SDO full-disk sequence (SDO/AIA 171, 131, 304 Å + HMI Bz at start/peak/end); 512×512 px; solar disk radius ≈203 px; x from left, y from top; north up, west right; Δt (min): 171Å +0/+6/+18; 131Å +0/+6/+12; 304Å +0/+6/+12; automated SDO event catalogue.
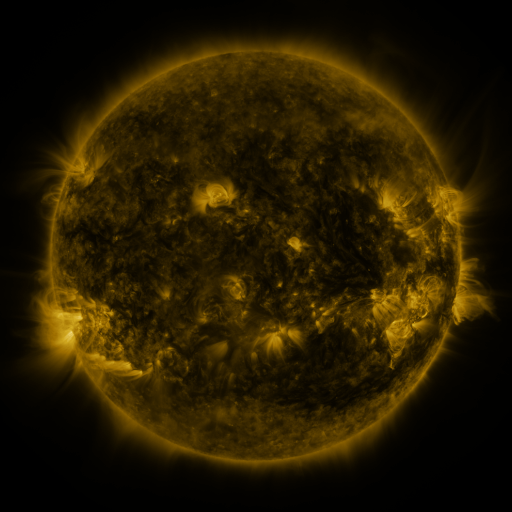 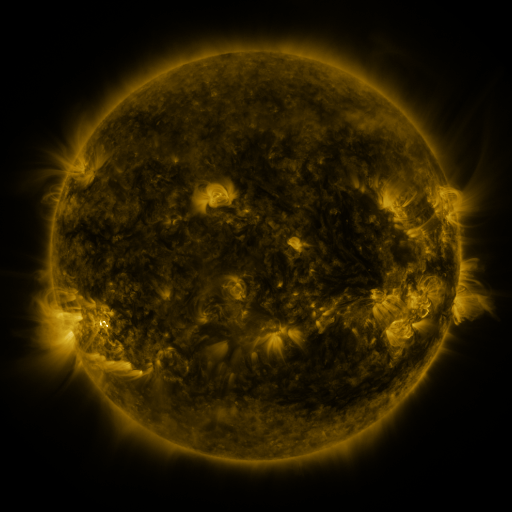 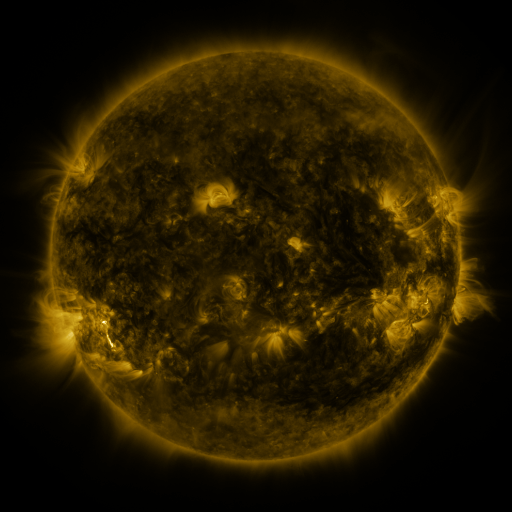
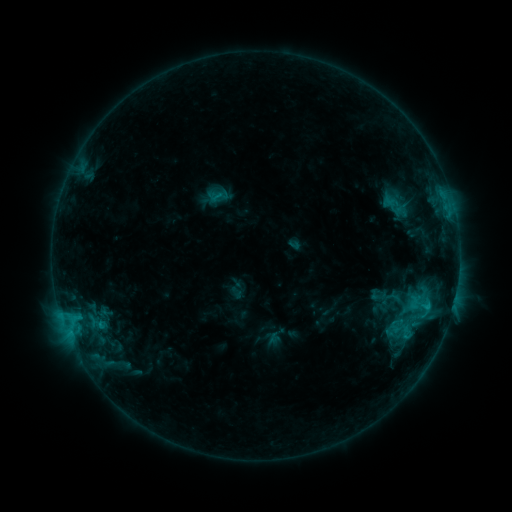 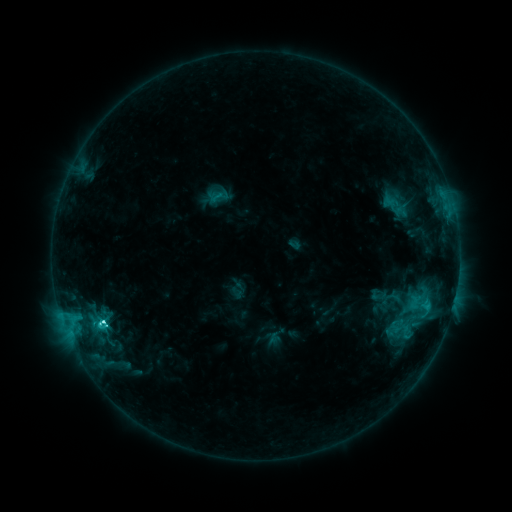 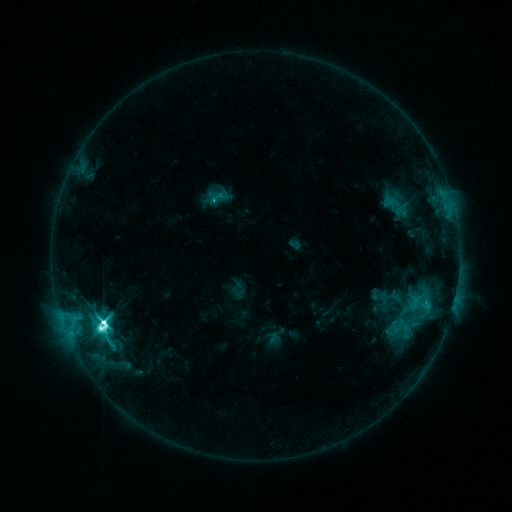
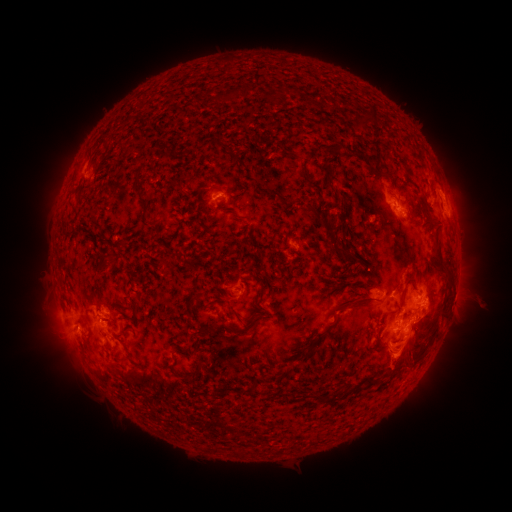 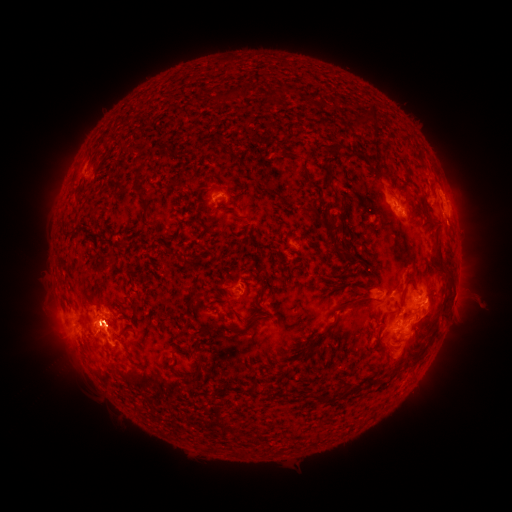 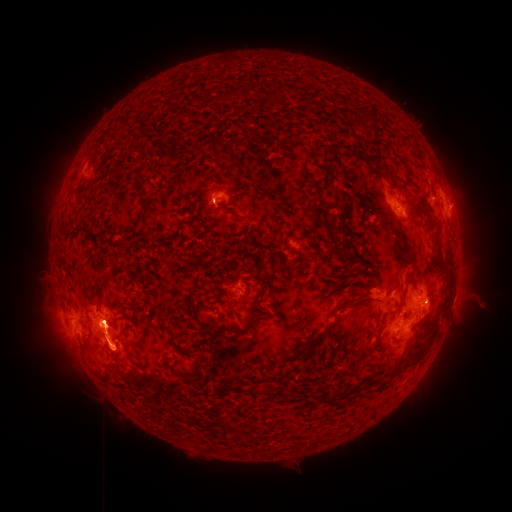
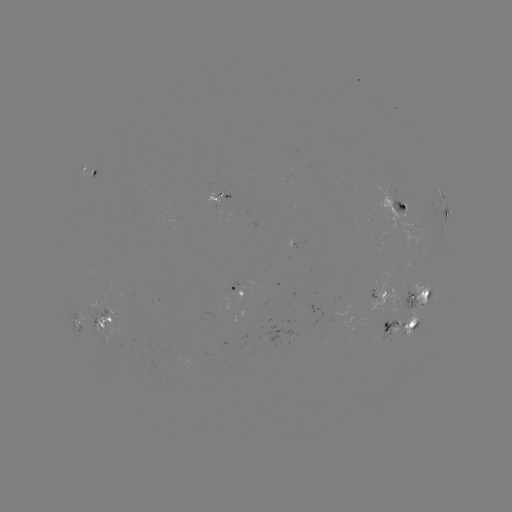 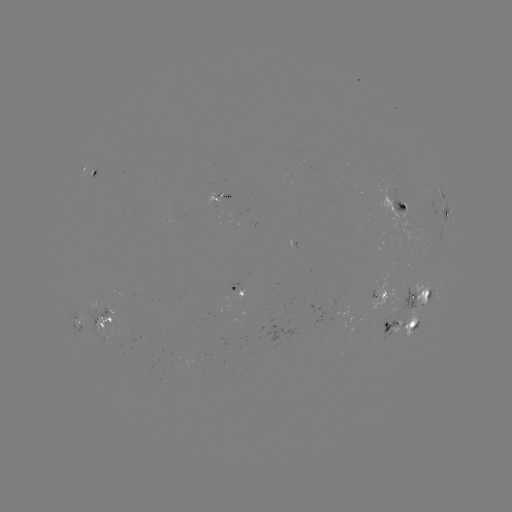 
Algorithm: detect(M2.7 flare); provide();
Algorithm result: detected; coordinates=[103, 320]